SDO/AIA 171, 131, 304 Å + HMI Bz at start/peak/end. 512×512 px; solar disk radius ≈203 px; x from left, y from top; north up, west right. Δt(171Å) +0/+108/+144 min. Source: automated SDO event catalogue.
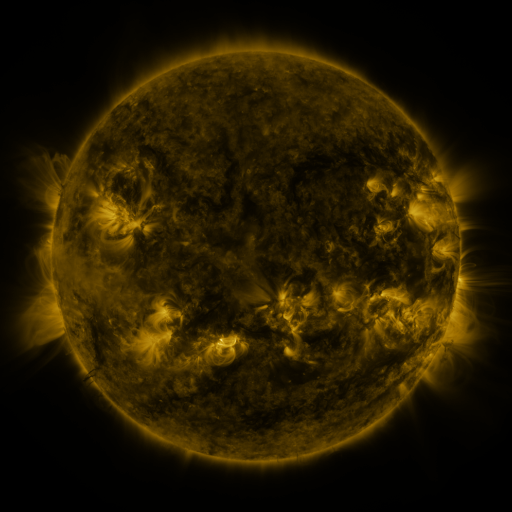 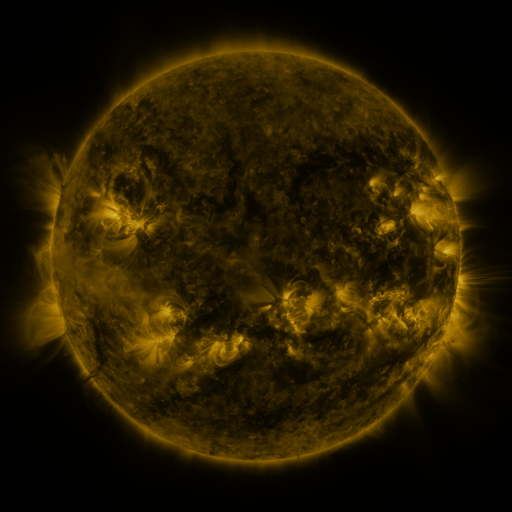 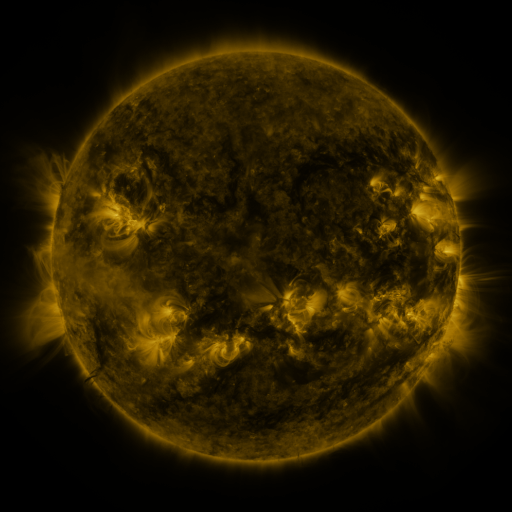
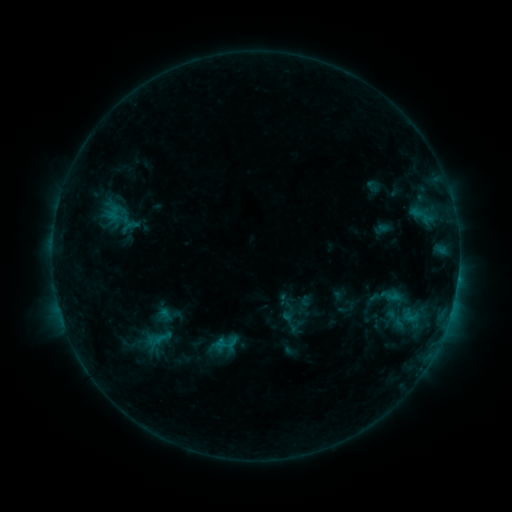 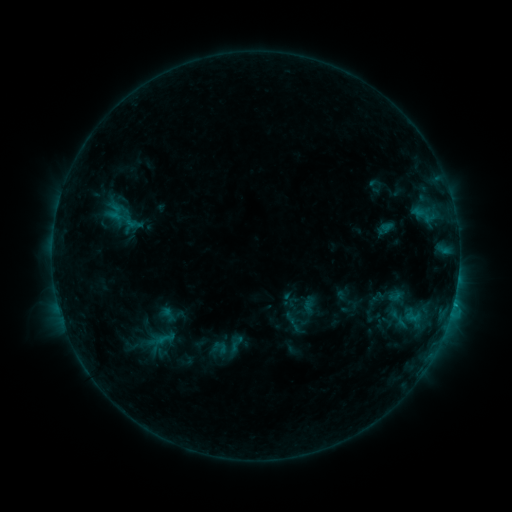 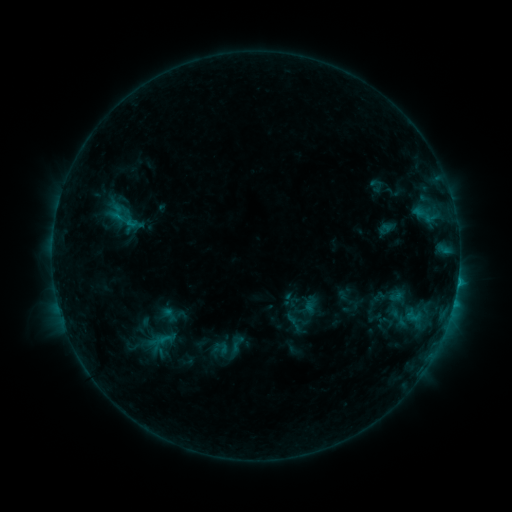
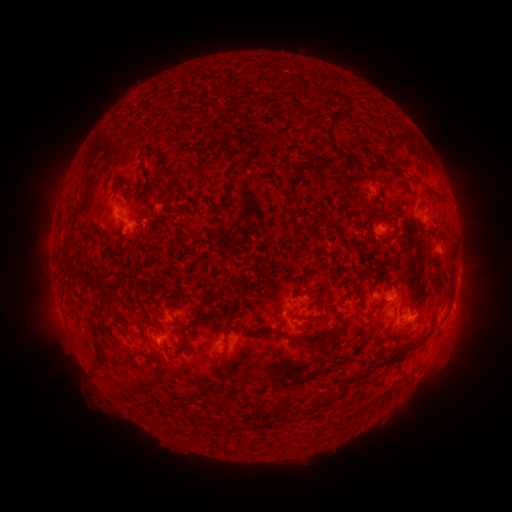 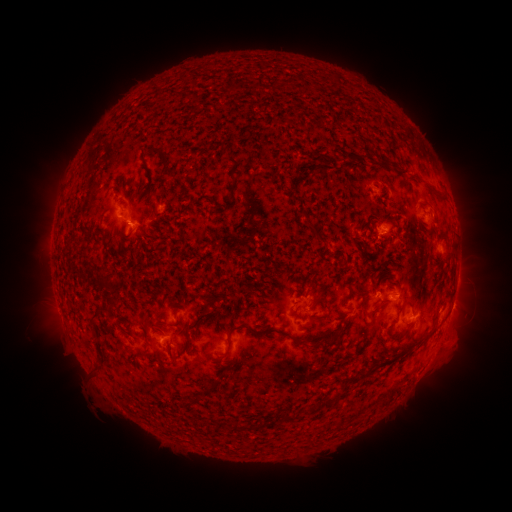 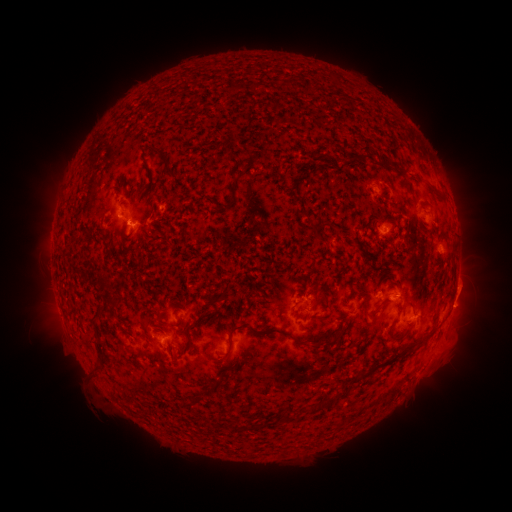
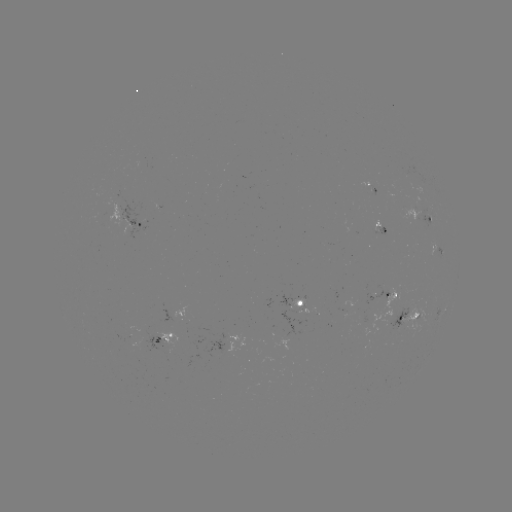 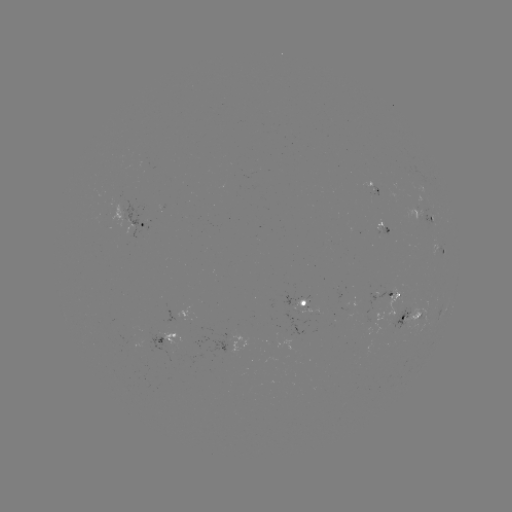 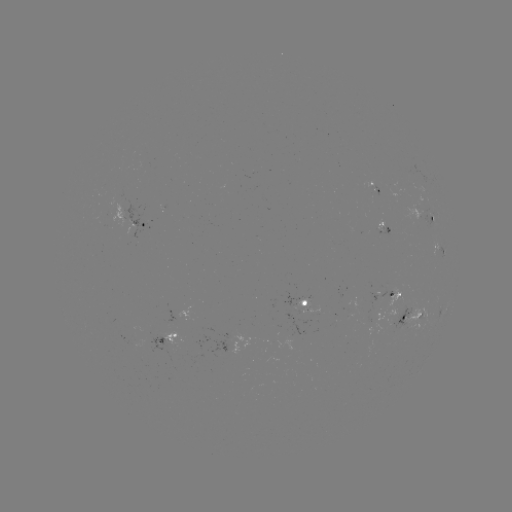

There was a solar emerging-flux region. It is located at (306, 300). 